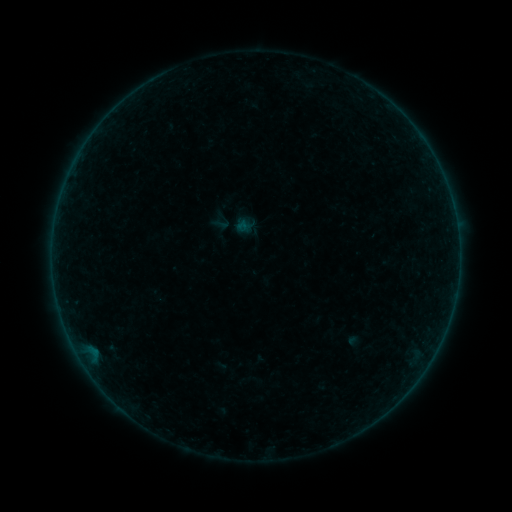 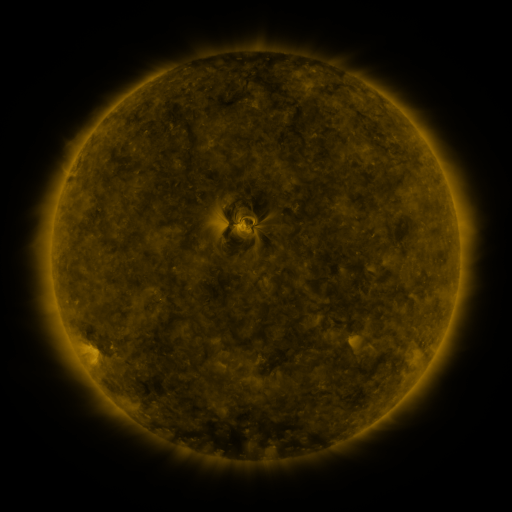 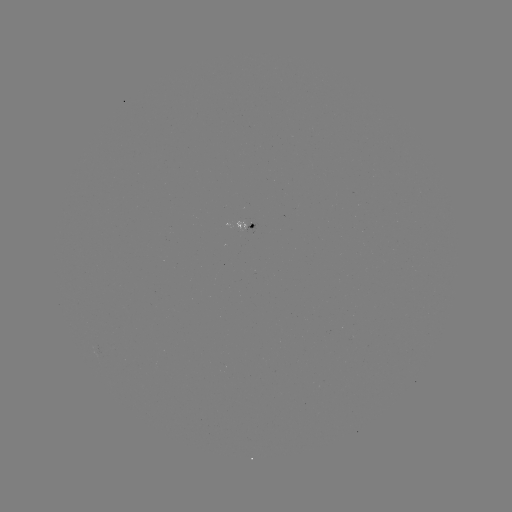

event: sigmoid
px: (221, 224)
